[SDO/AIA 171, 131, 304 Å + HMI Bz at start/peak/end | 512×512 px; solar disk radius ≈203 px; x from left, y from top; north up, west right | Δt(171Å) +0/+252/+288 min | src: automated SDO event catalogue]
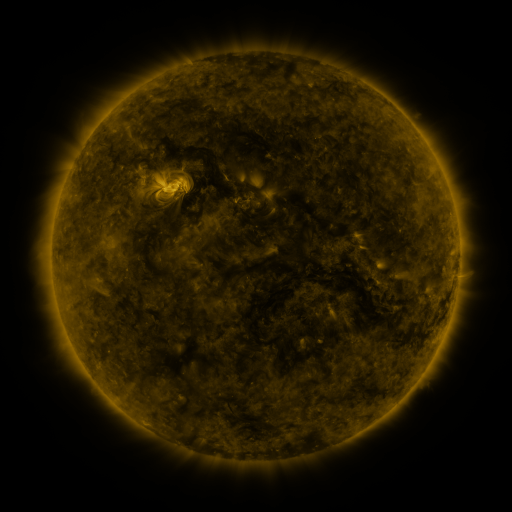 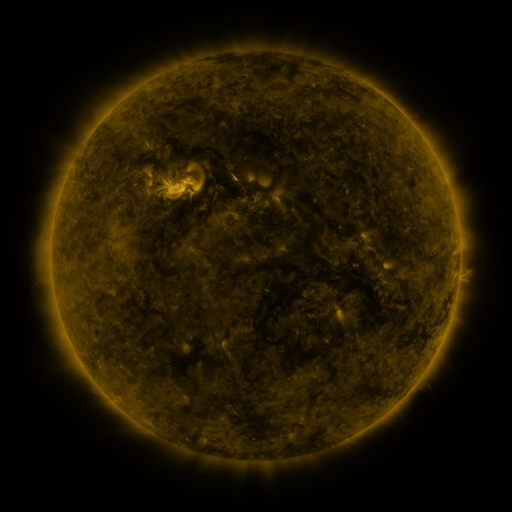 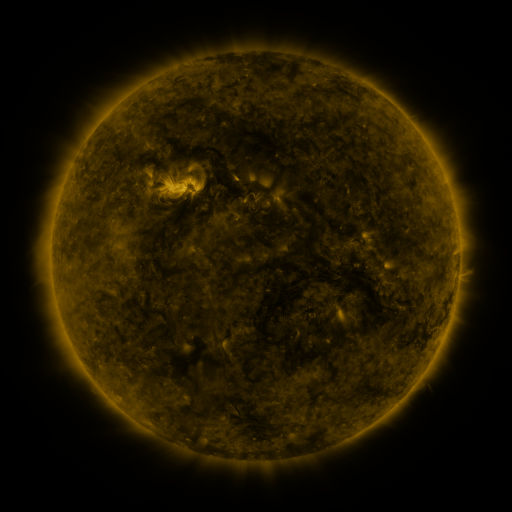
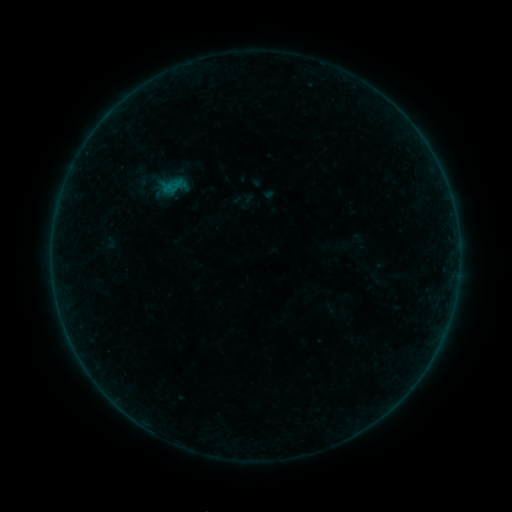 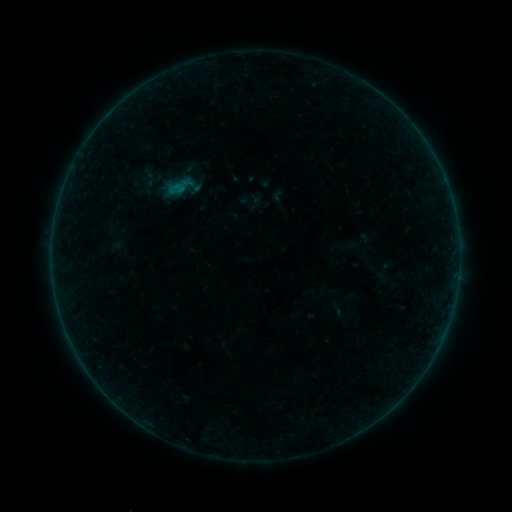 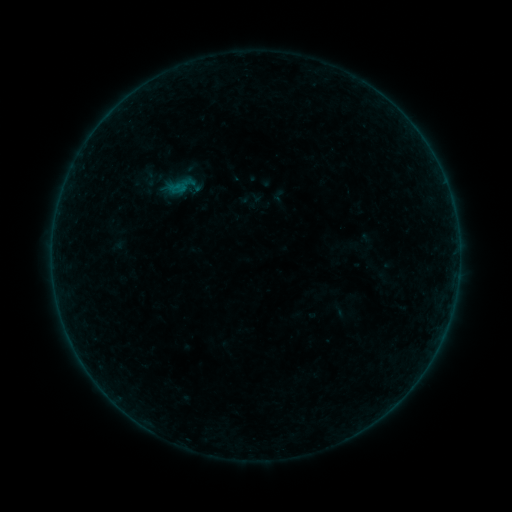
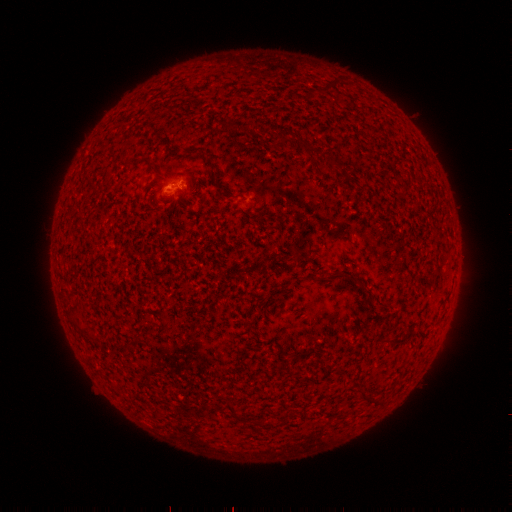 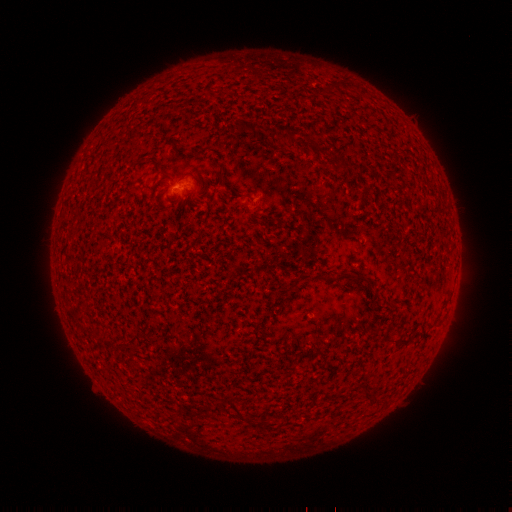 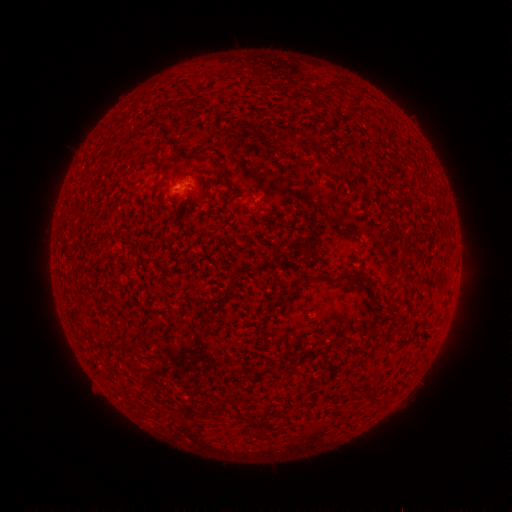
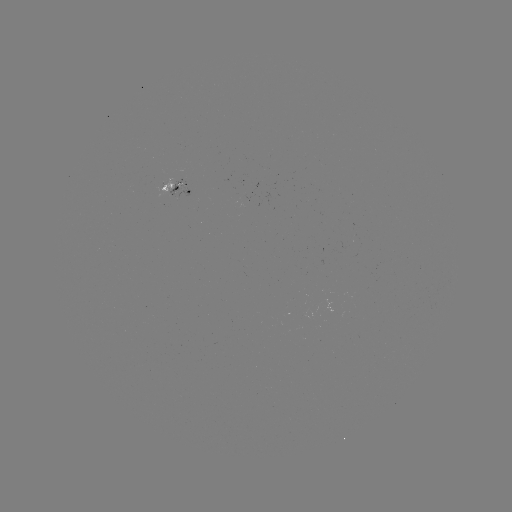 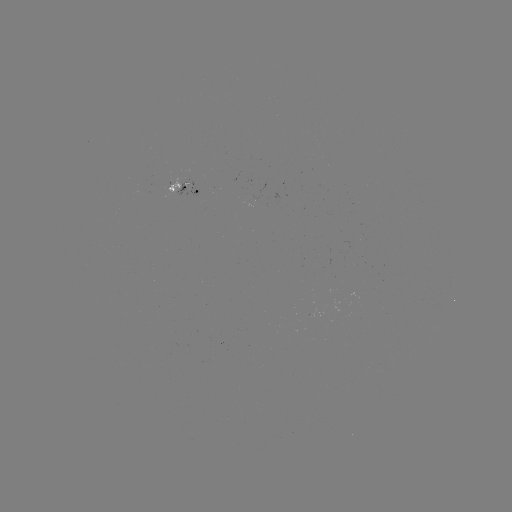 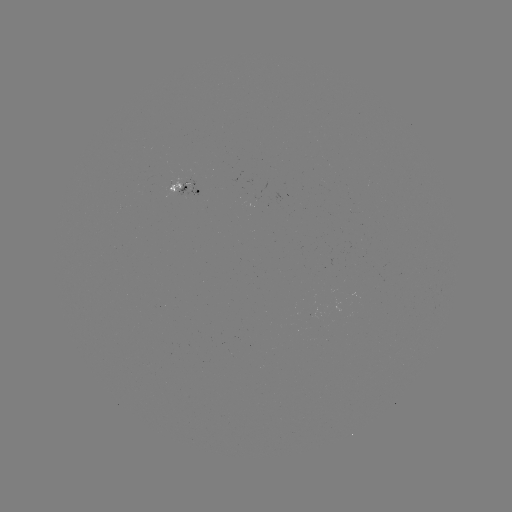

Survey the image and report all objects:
emerging-flux region: (312, 315)
